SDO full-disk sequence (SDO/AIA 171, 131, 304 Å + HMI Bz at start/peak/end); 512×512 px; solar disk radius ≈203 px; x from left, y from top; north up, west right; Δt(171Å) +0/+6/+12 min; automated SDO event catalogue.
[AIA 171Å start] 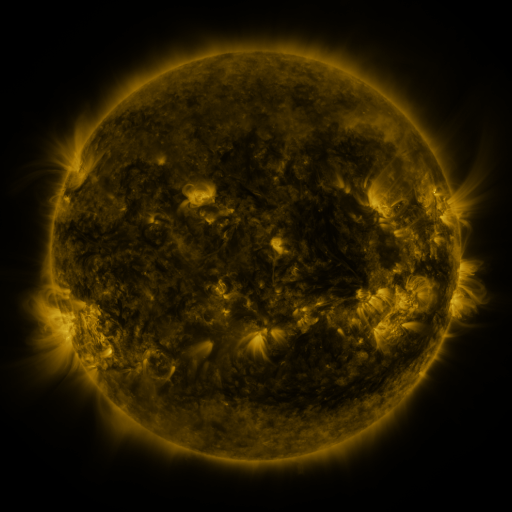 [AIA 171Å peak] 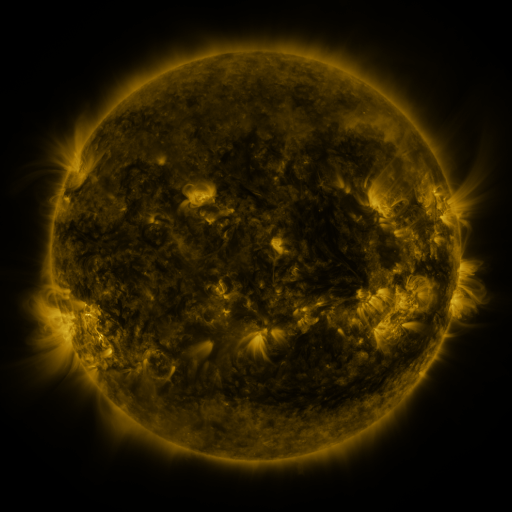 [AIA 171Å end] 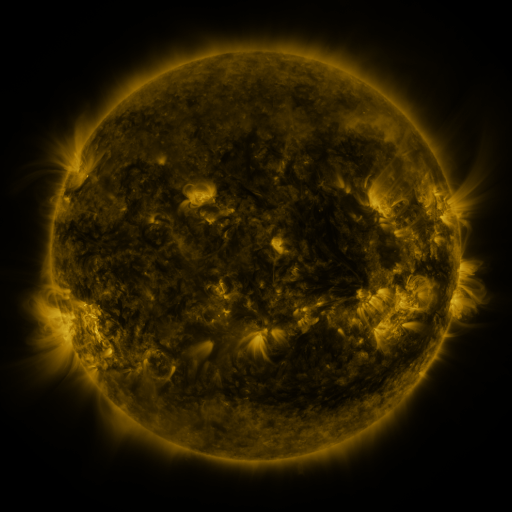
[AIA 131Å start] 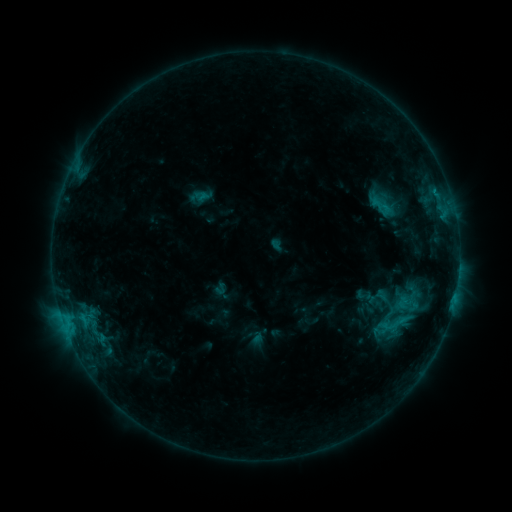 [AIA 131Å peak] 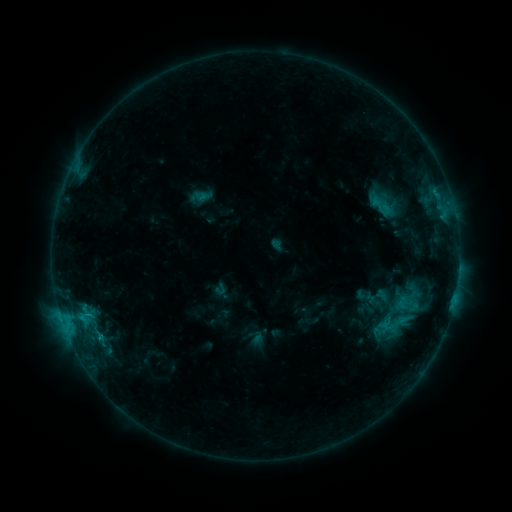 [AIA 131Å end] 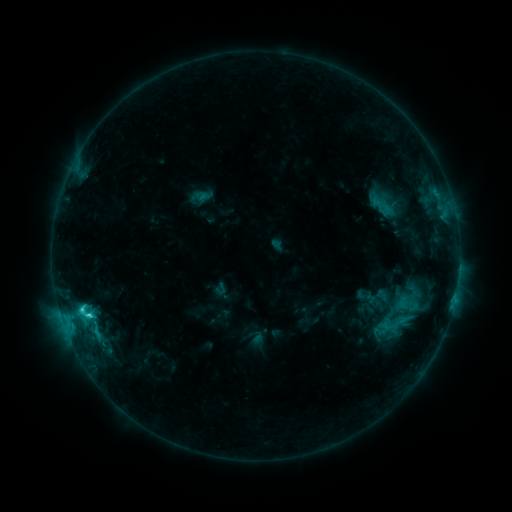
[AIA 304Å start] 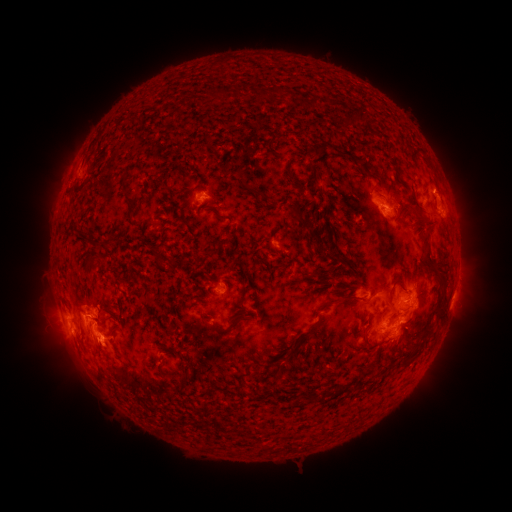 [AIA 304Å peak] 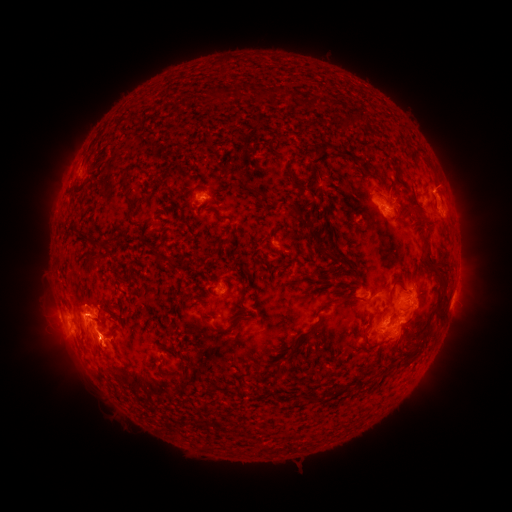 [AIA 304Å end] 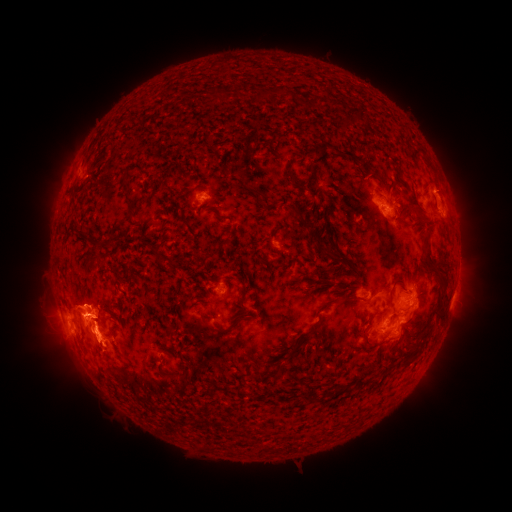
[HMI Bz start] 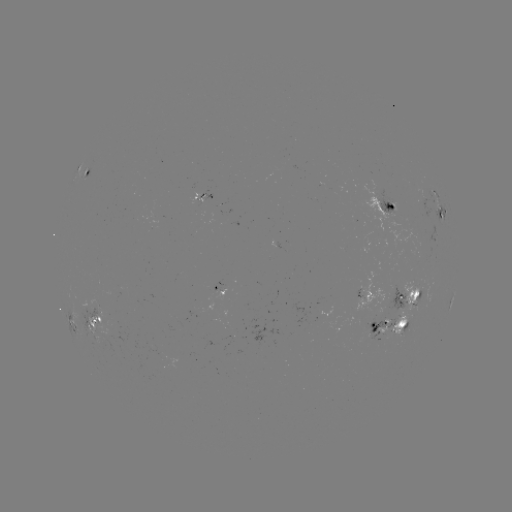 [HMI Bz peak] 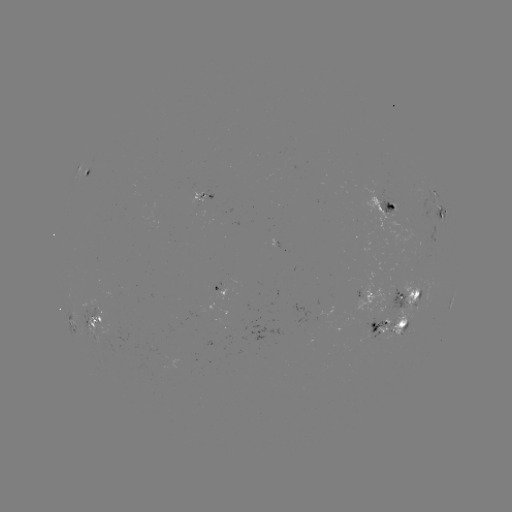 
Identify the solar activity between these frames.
eruption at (81, 298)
